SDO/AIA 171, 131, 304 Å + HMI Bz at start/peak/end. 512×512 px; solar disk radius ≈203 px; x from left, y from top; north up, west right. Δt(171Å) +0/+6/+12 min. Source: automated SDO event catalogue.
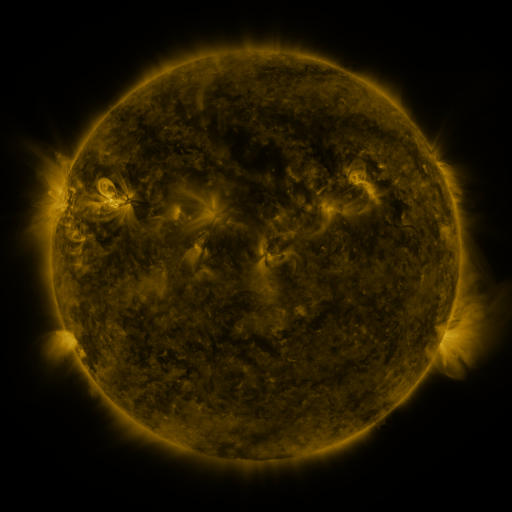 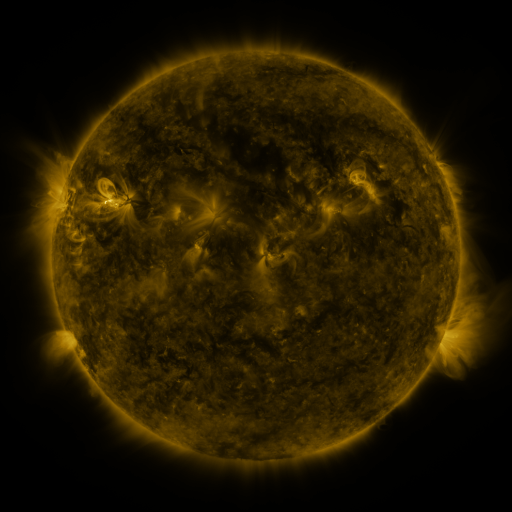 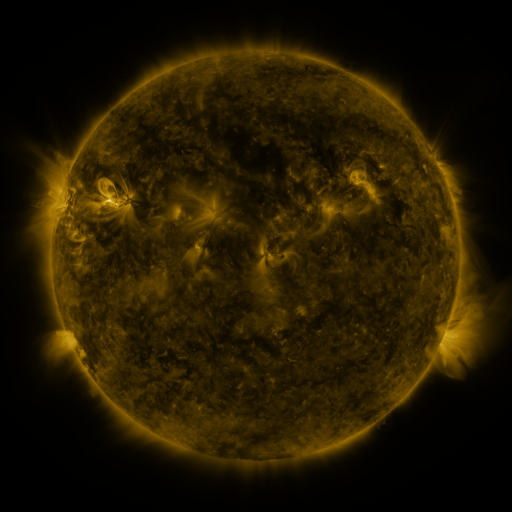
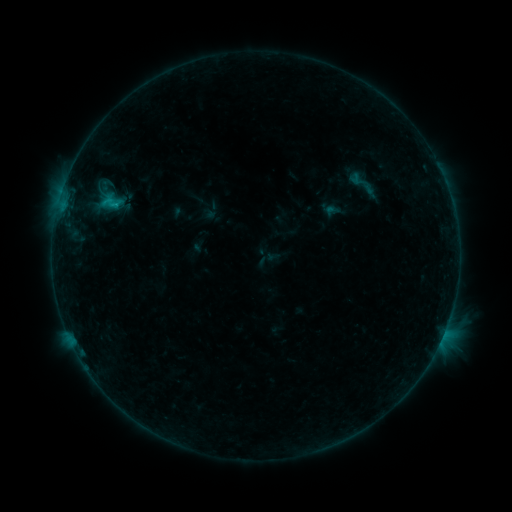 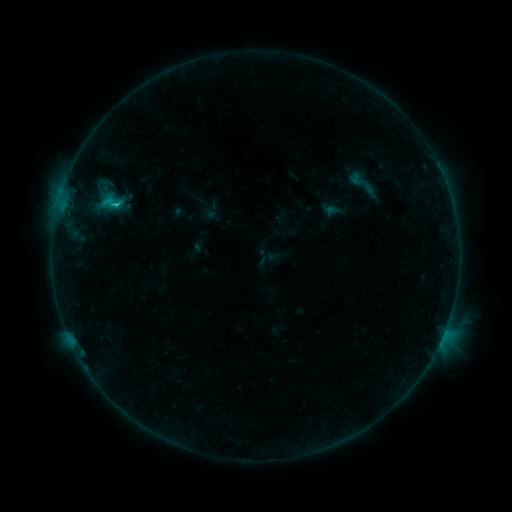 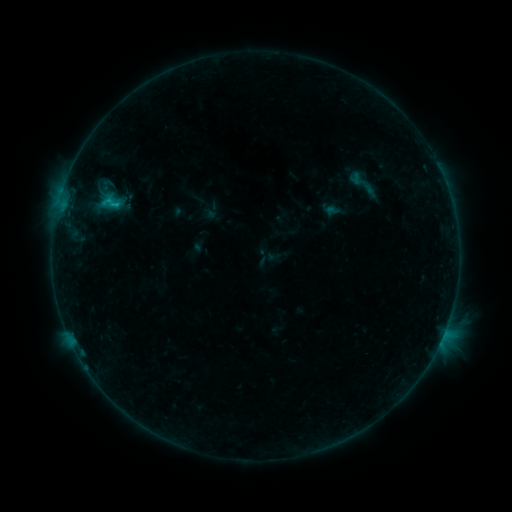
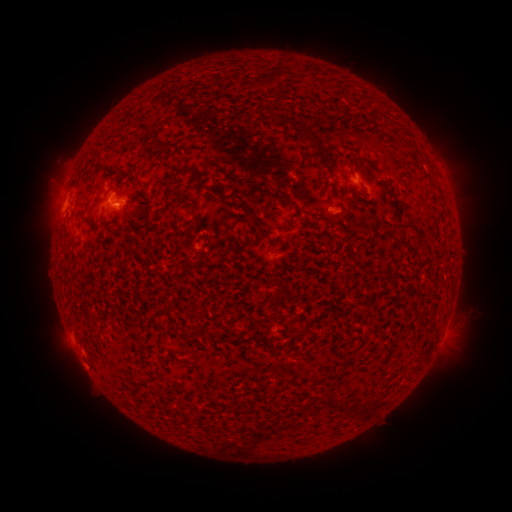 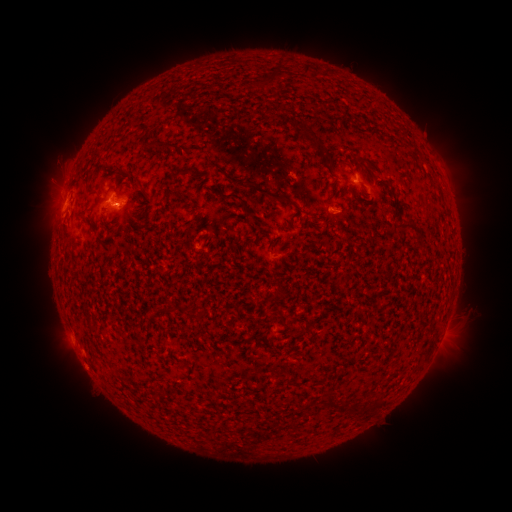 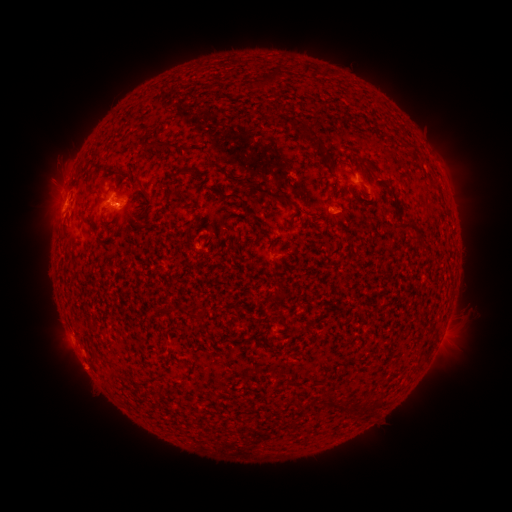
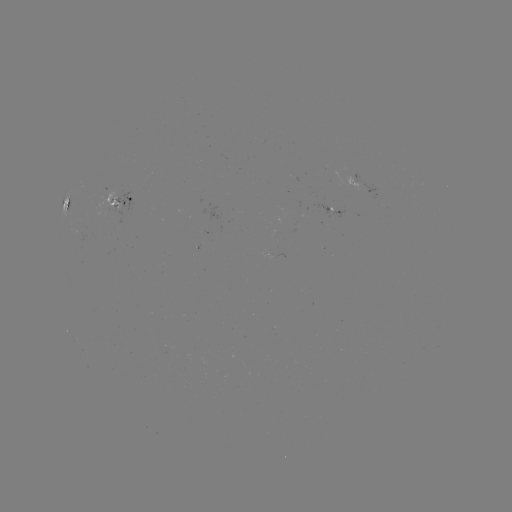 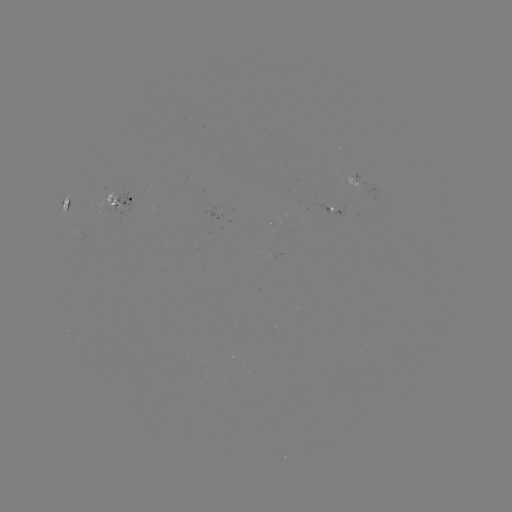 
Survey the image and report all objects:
B8.9 flare: (118, 206)
